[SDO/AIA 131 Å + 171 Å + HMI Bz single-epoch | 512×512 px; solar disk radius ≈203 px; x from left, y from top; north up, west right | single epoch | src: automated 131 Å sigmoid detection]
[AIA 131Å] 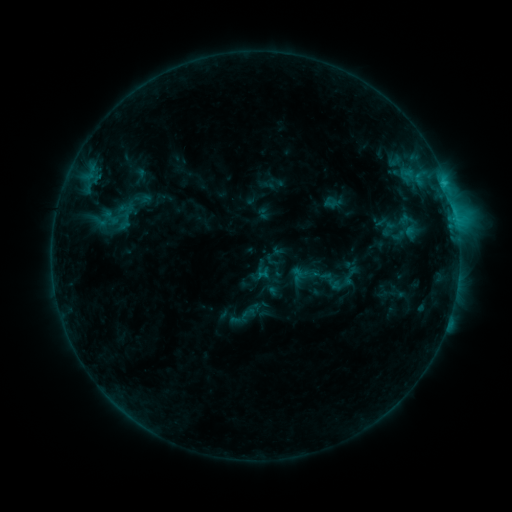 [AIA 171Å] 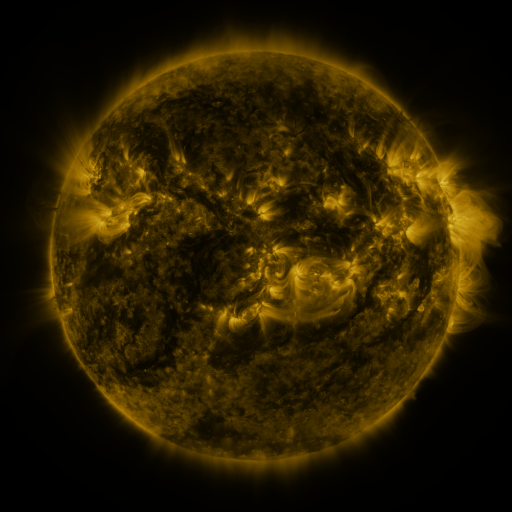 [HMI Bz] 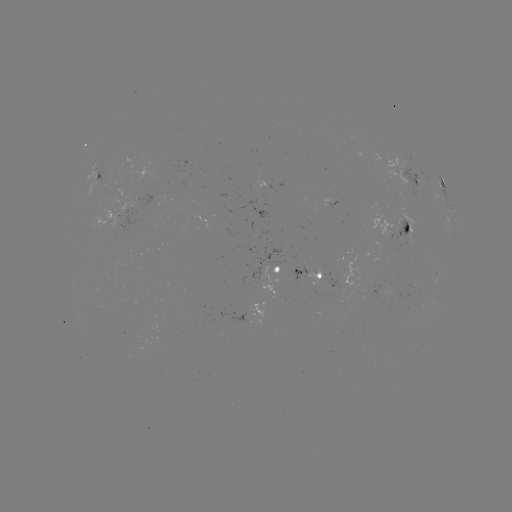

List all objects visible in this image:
sigmoid: (111, 217)
sigmoid: (350, 276)
